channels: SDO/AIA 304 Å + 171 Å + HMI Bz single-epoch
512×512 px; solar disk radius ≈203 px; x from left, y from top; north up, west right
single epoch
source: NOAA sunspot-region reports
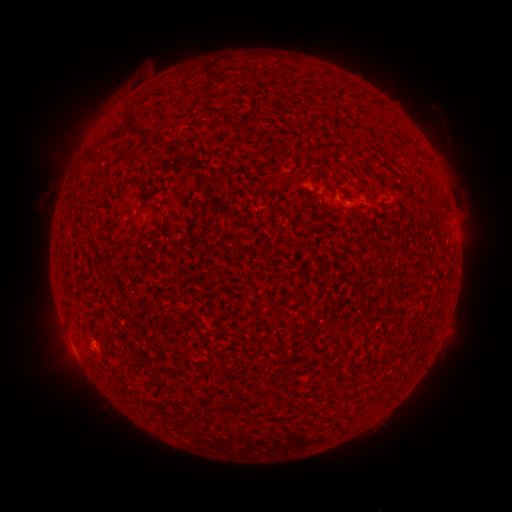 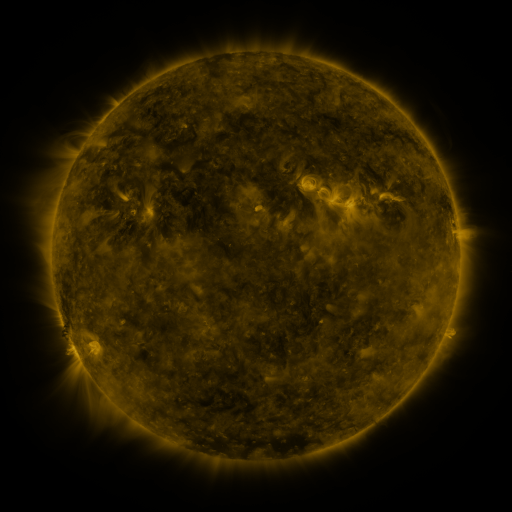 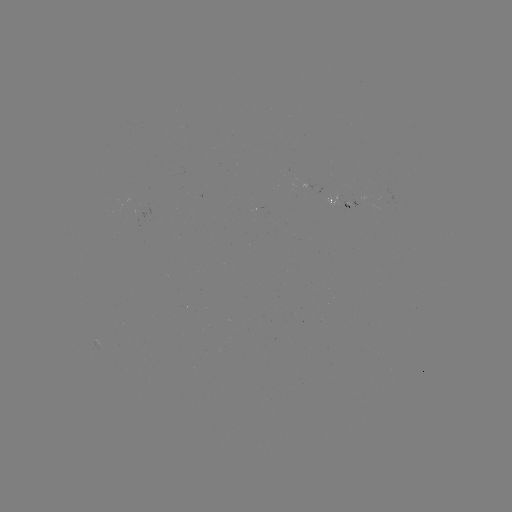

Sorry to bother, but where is spotted active region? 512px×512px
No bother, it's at [343, 201].